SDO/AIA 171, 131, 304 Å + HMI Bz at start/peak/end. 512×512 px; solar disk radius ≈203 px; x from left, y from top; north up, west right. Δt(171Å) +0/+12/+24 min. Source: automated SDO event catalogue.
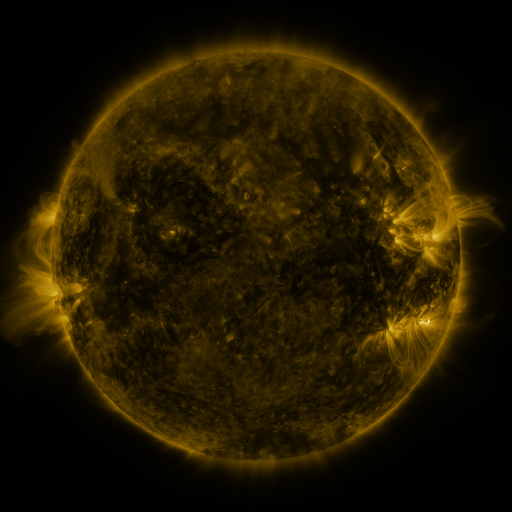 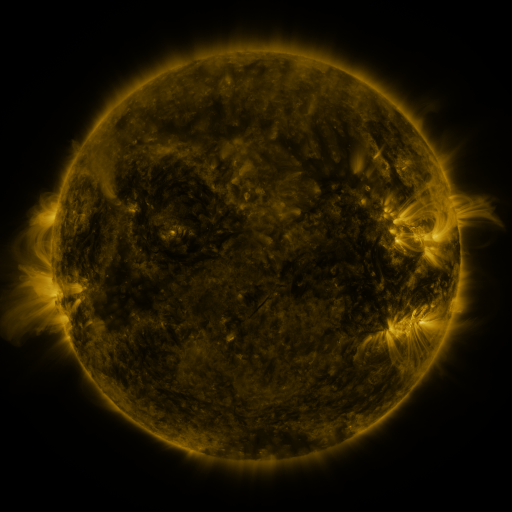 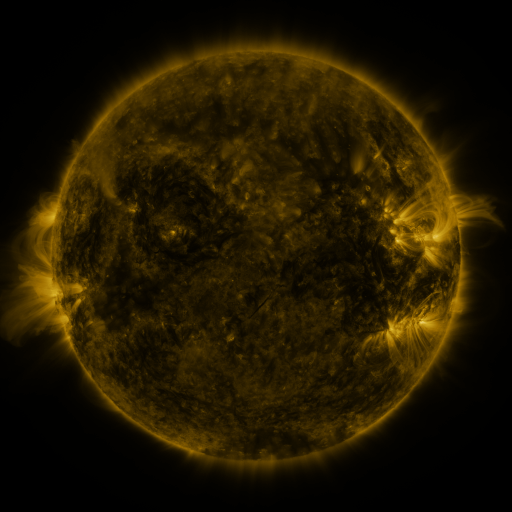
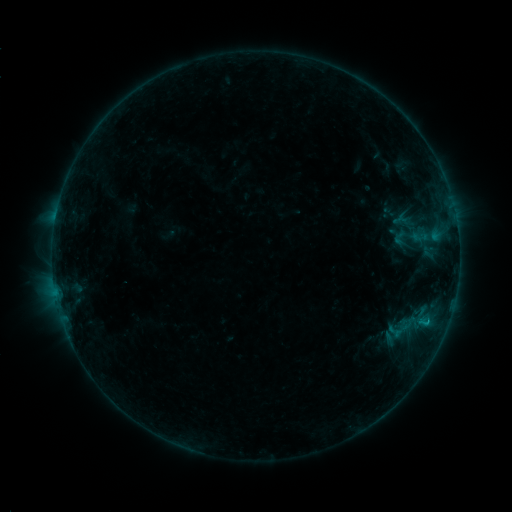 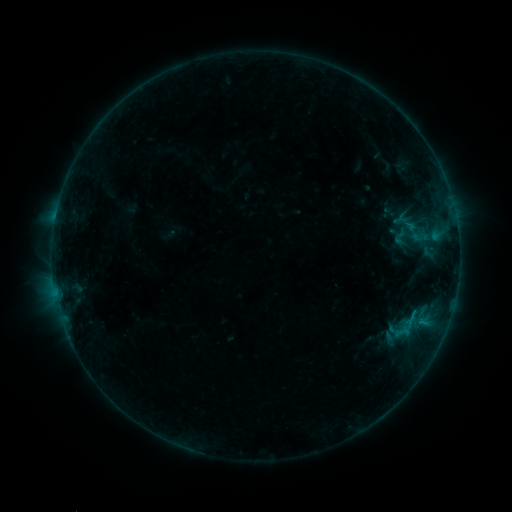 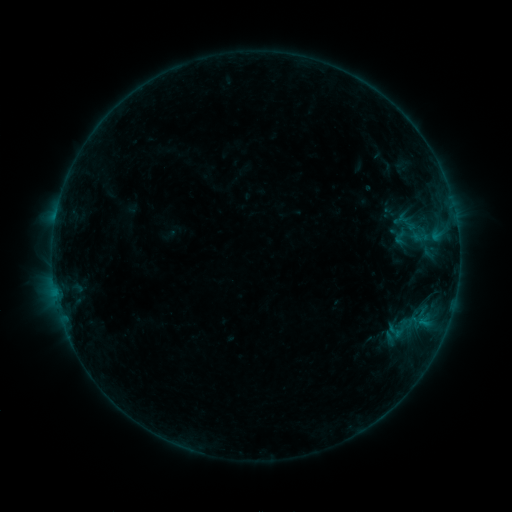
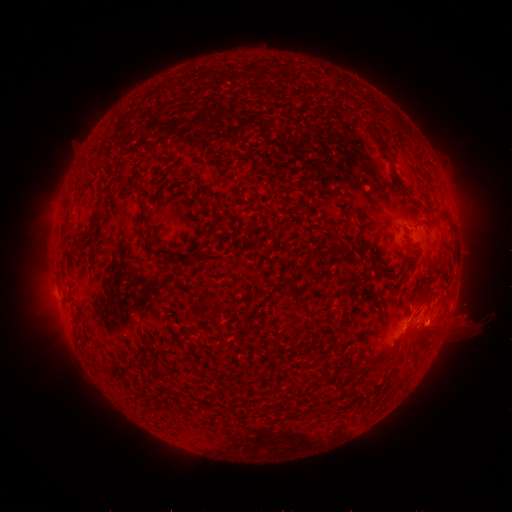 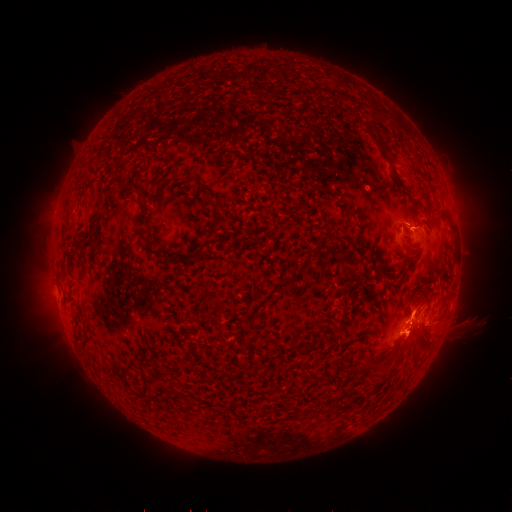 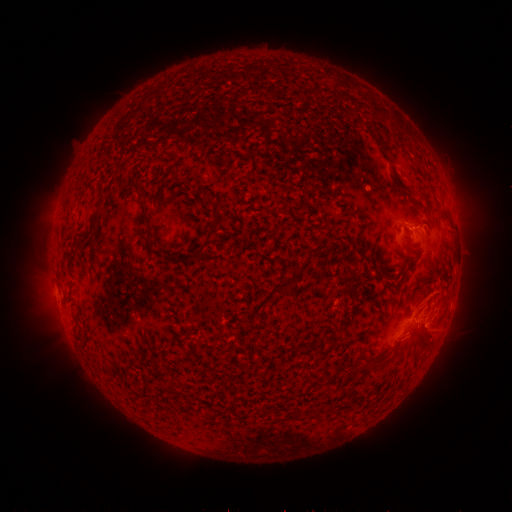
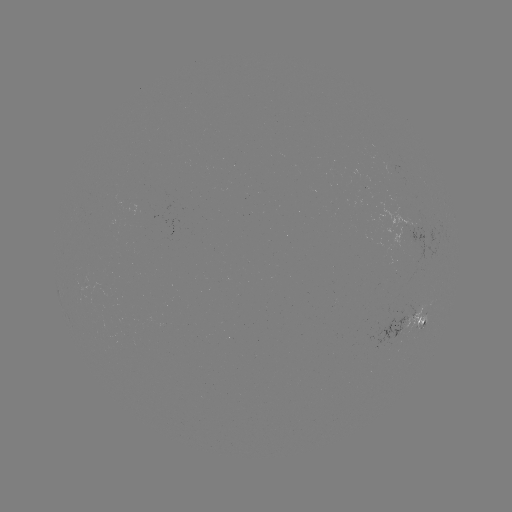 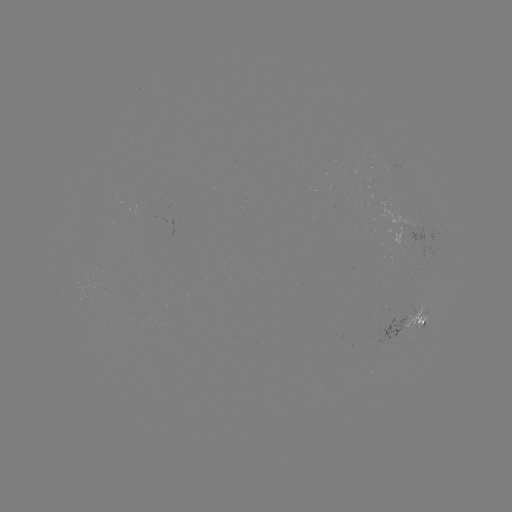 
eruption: <bbox>377, 286, 436, 370</bbox>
